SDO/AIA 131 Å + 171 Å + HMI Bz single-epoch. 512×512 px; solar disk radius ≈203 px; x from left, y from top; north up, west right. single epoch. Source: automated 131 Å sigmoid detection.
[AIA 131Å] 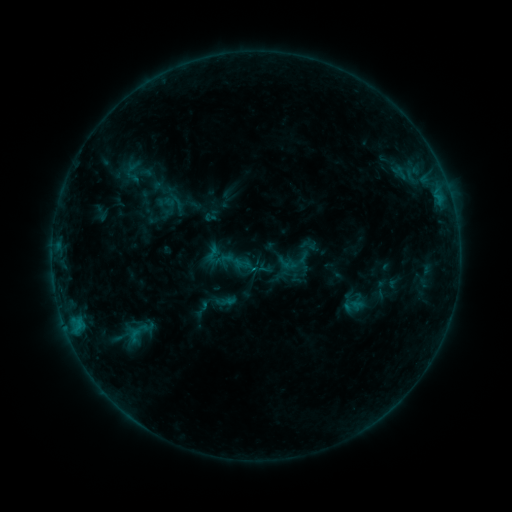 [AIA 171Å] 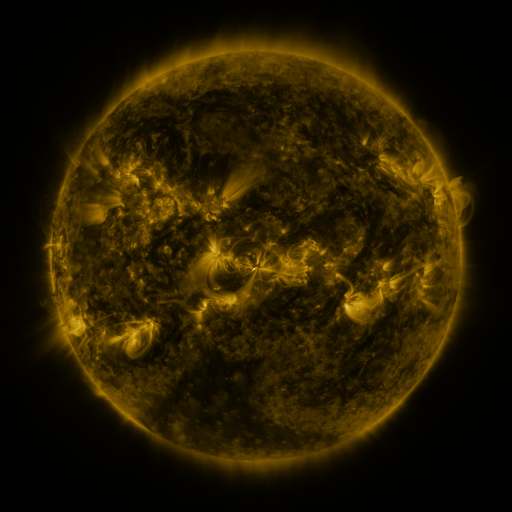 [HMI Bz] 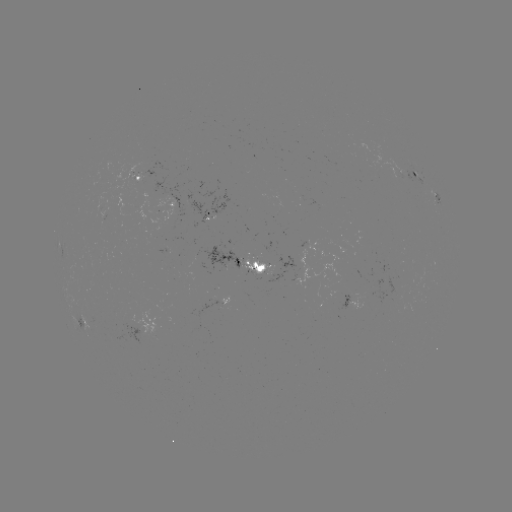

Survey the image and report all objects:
sigmoid: (214, 256)
sigmoid: (201, 309)
